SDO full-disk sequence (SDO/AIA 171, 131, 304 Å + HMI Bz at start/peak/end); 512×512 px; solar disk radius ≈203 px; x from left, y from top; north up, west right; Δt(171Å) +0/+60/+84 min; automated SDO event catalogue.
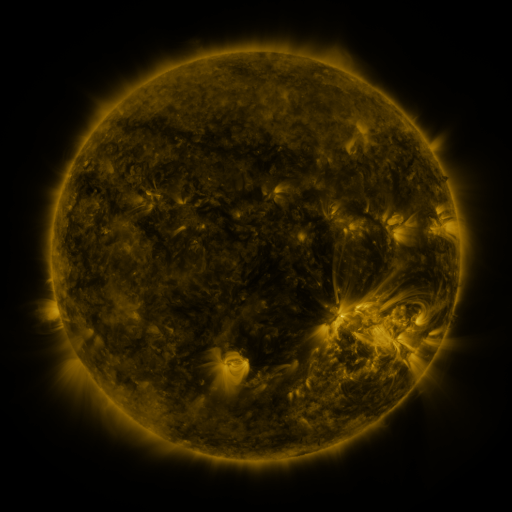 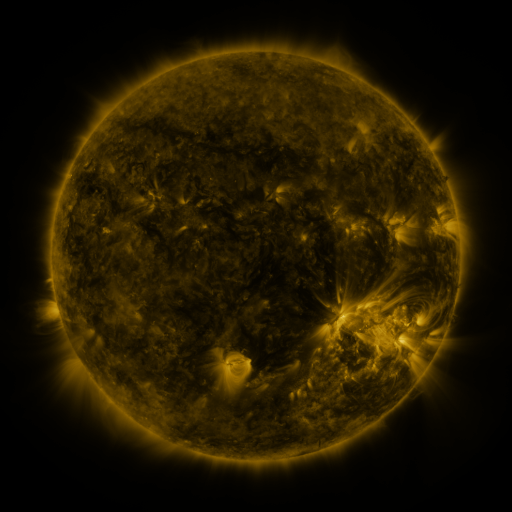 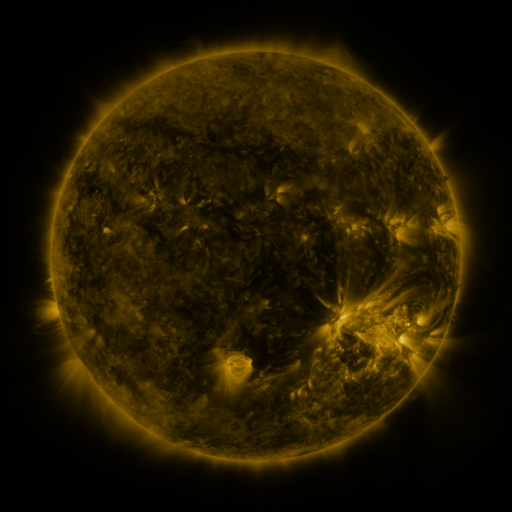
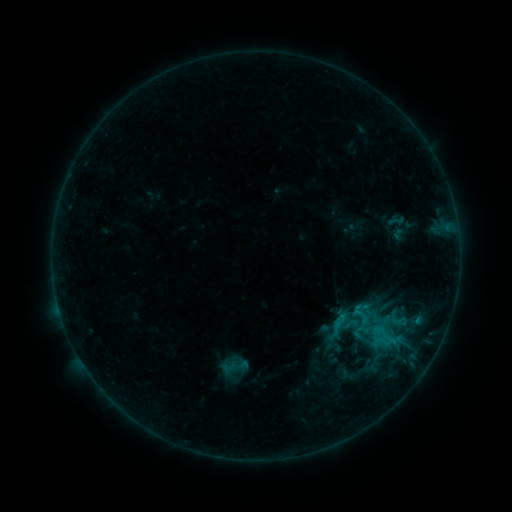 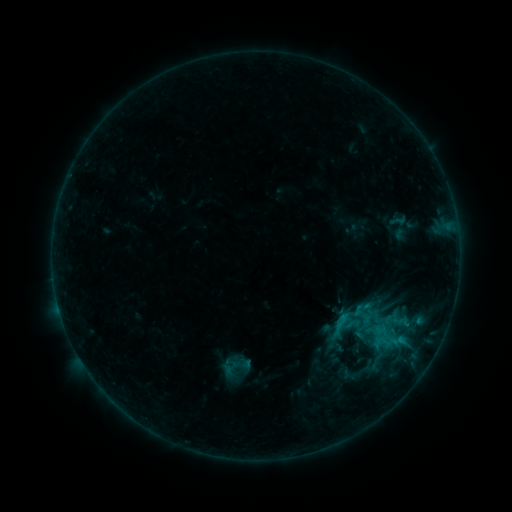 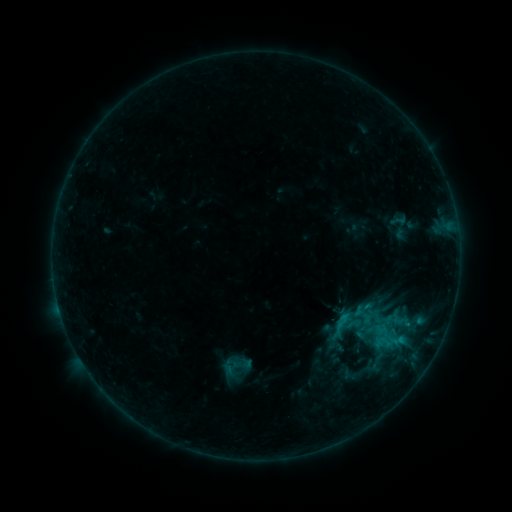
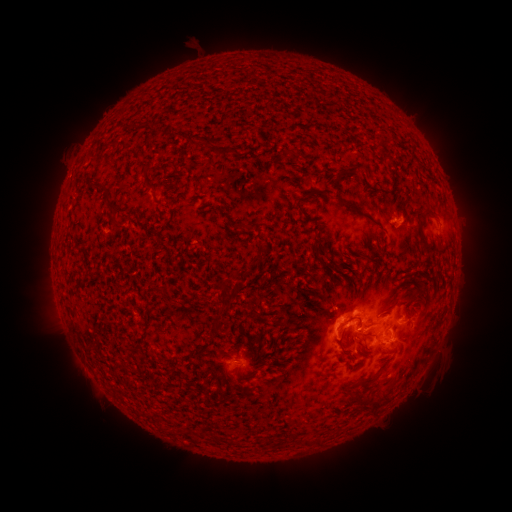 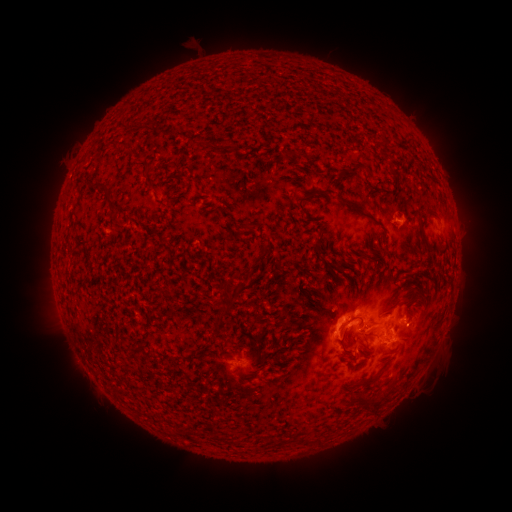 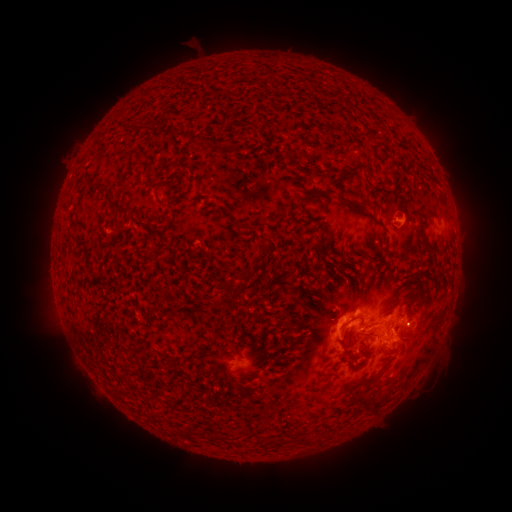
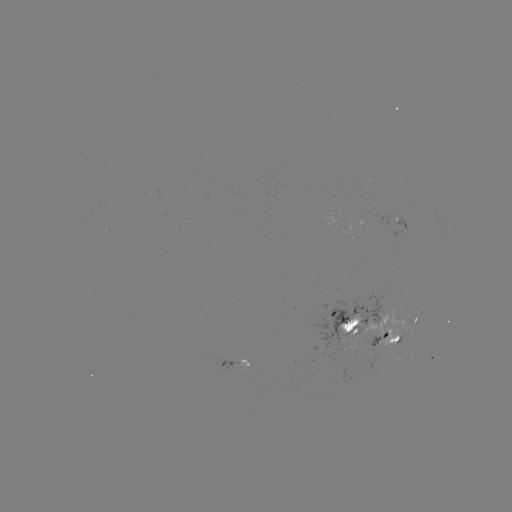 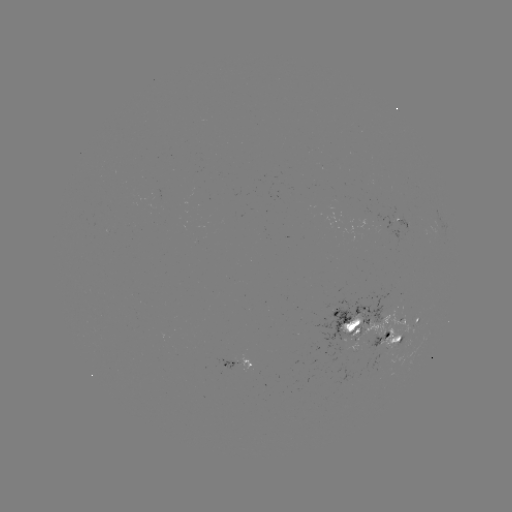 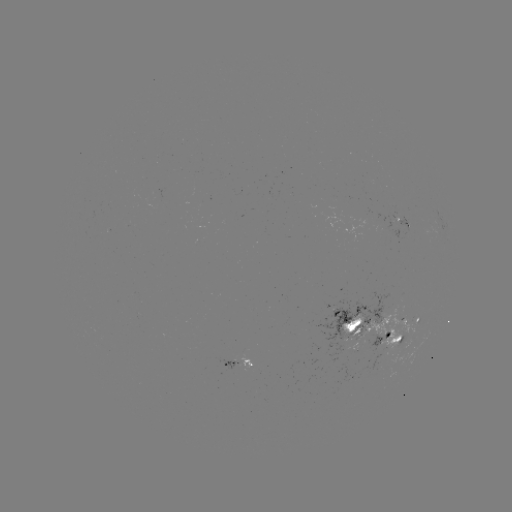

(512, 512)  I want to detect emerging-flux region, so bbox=[363, 309, 420, 371].